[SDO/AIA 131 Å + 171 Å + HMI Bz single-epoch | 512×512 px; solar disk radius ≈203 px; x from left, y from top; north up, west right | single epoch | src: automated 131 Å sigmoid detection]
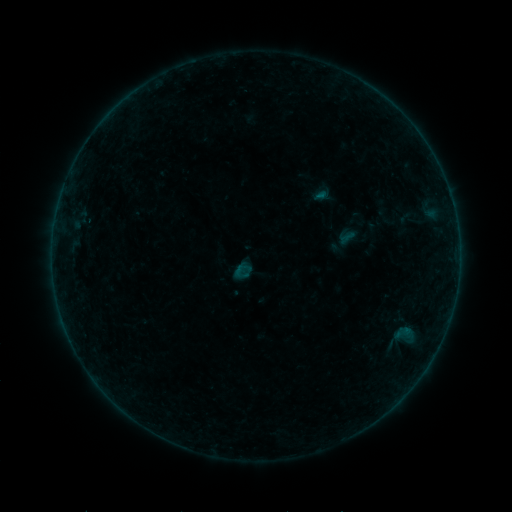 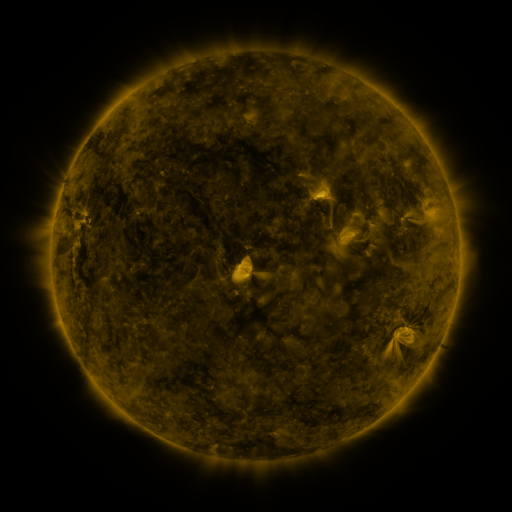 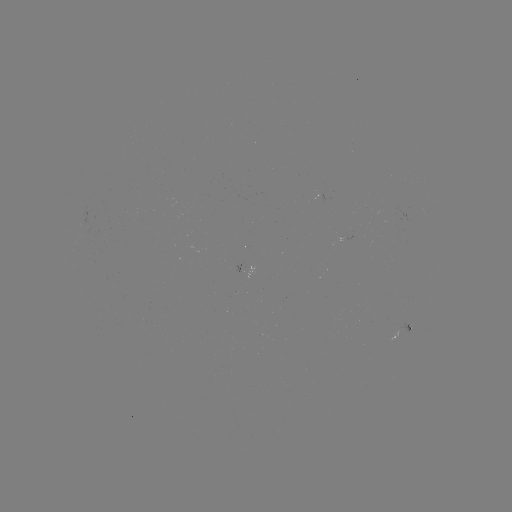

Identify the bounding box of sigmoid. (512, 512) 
[236, 261, 252, 277].